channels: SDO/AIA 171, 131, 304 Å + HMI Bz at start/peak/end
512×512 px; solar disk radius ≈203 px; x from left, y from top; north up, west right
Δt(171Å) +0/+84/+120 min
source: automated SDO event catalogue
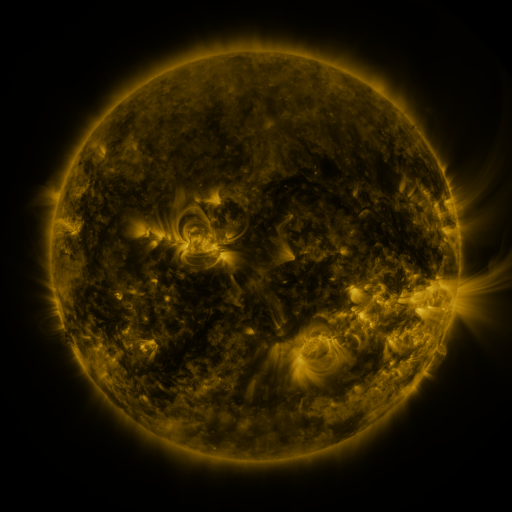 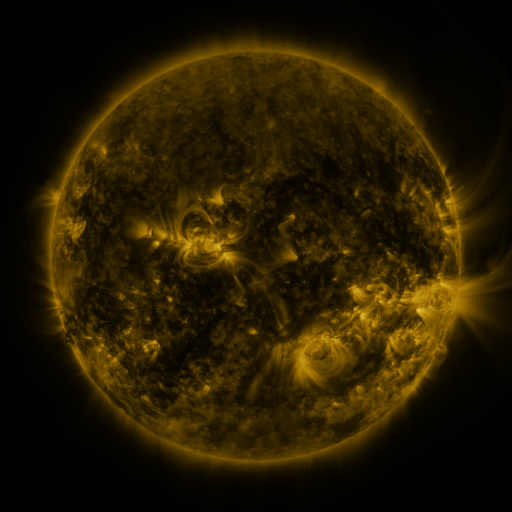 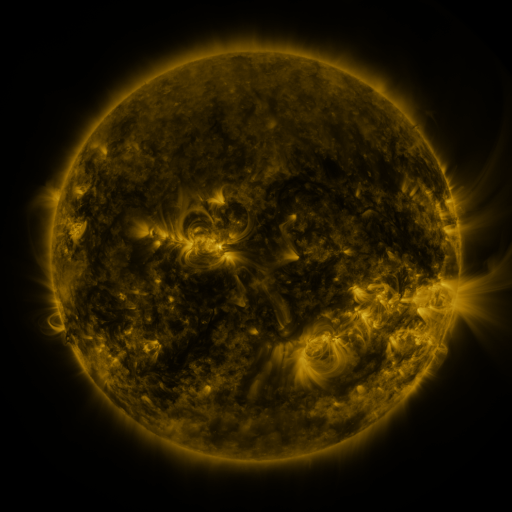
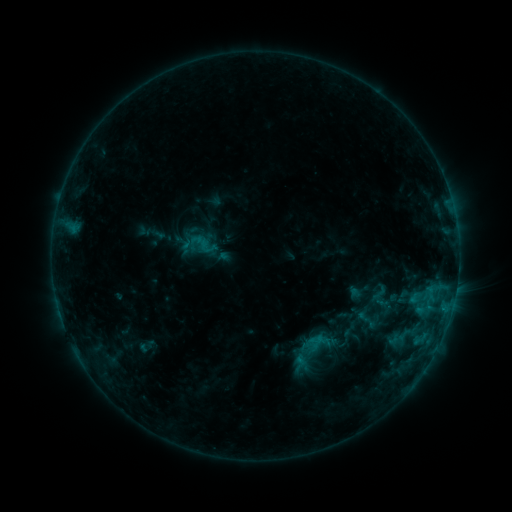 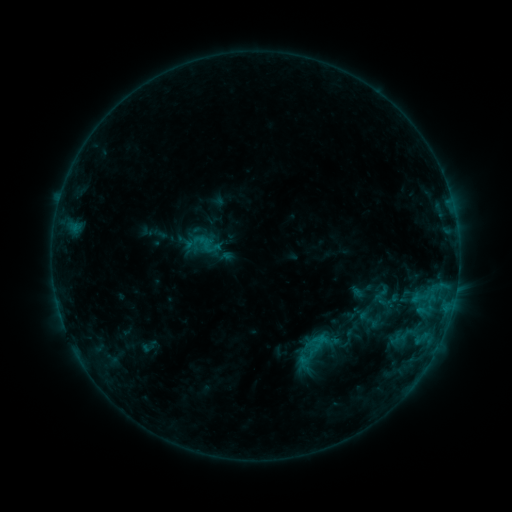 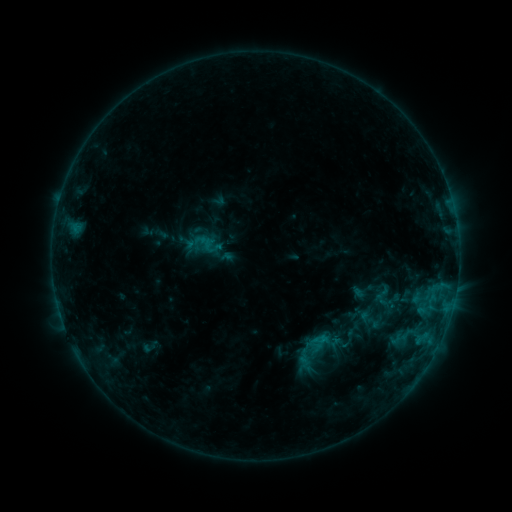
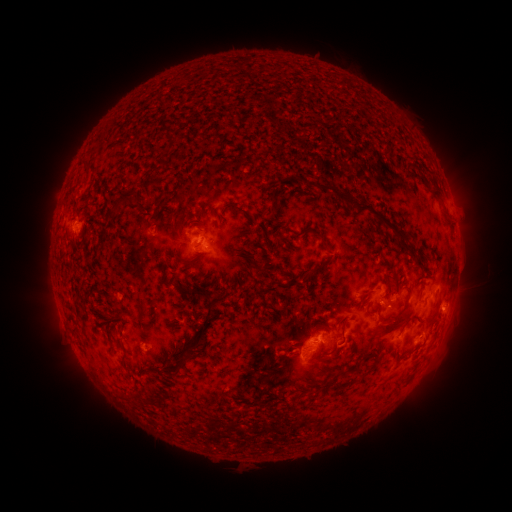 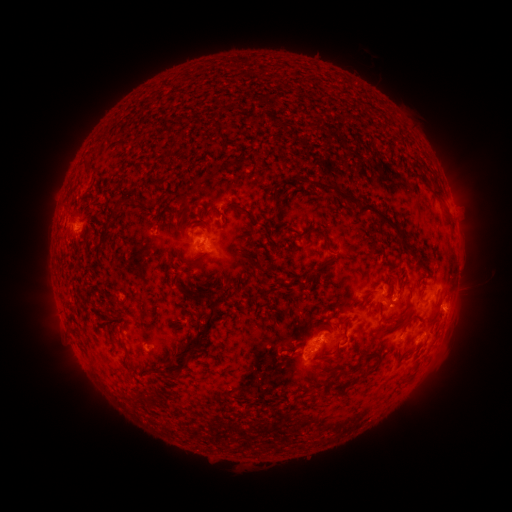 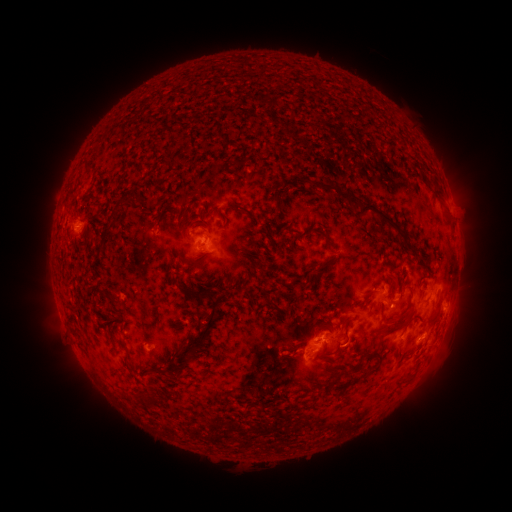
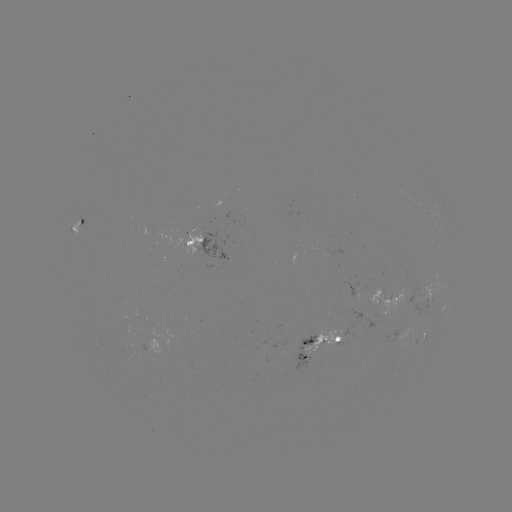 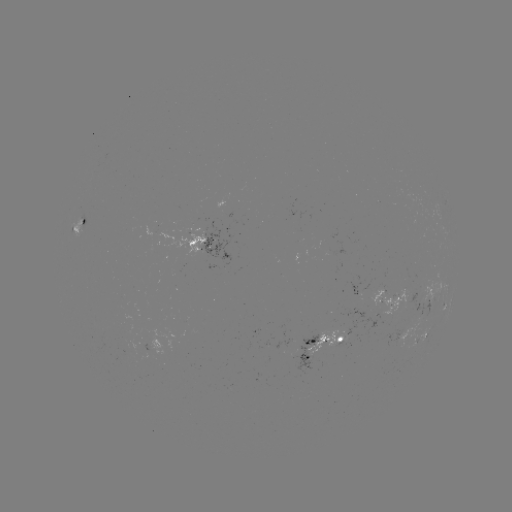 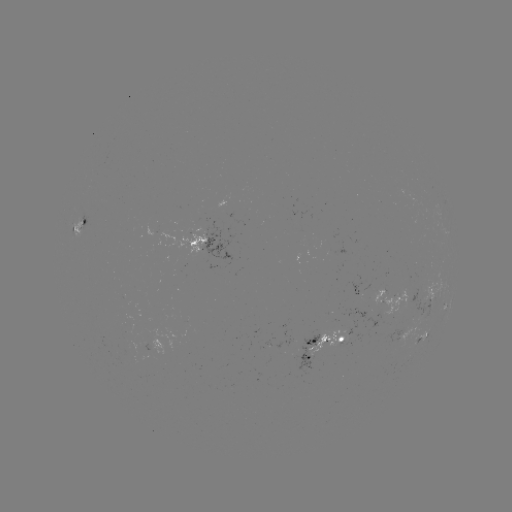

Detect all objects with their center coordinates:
emerging-flux region: (125, 340)
